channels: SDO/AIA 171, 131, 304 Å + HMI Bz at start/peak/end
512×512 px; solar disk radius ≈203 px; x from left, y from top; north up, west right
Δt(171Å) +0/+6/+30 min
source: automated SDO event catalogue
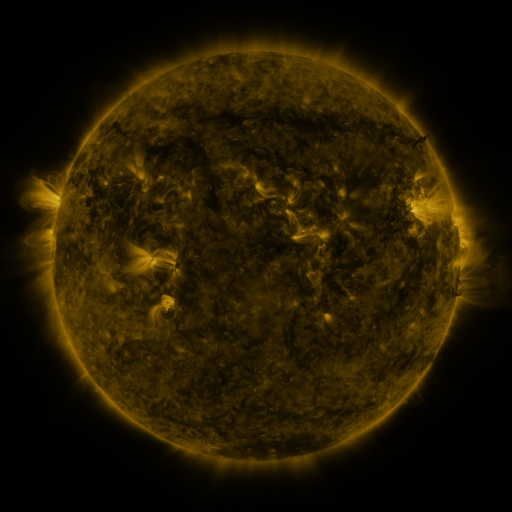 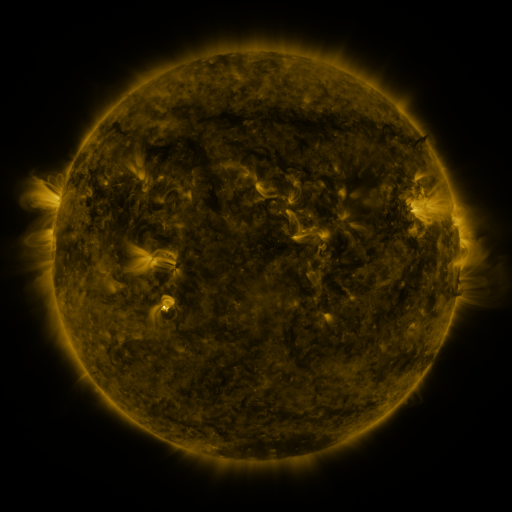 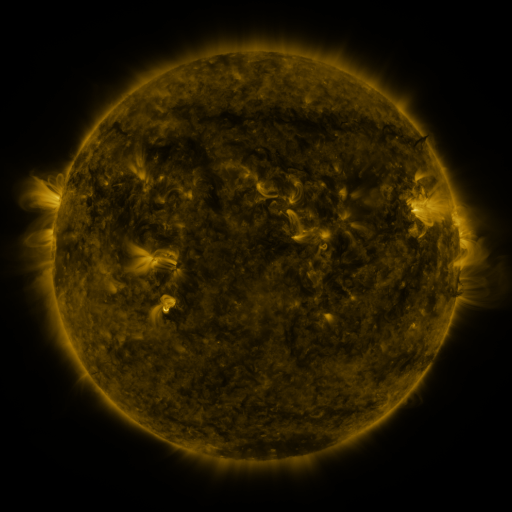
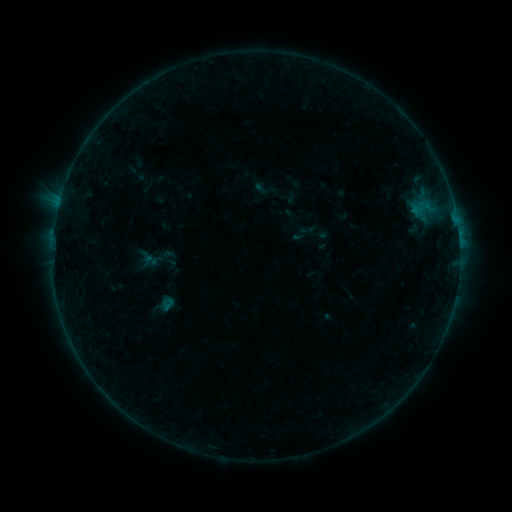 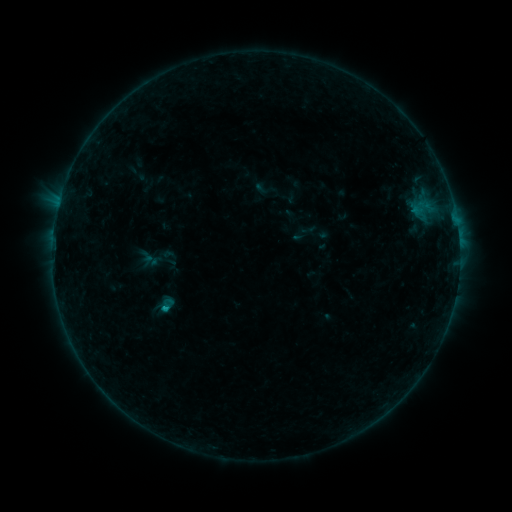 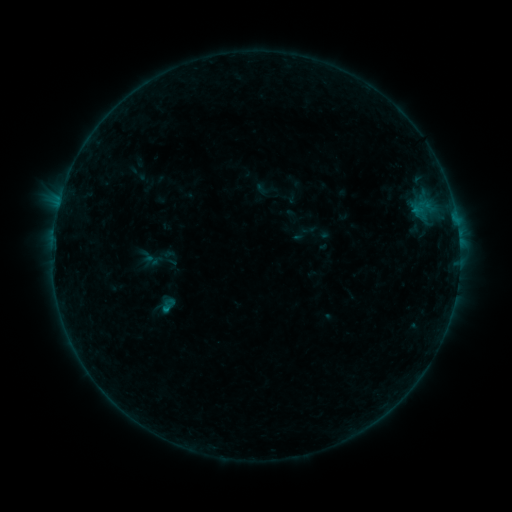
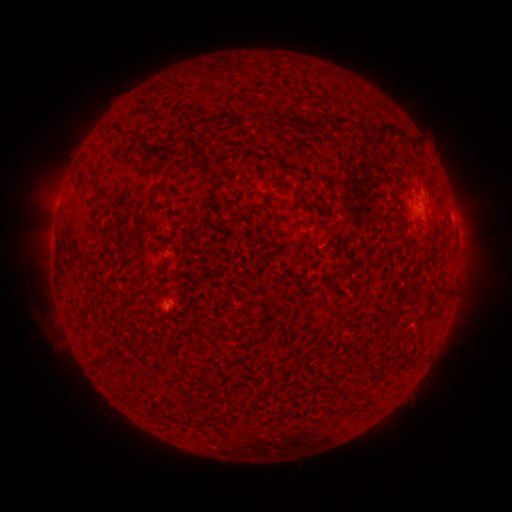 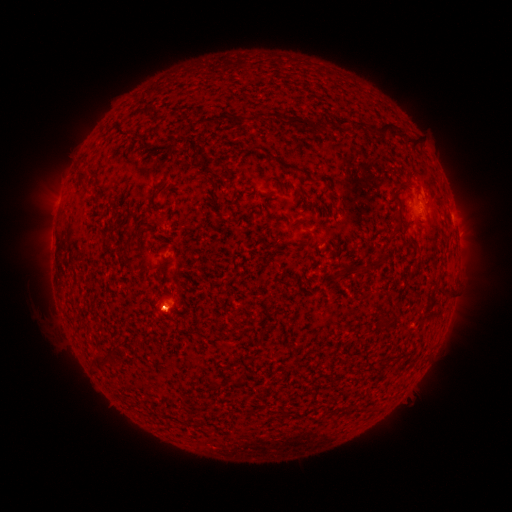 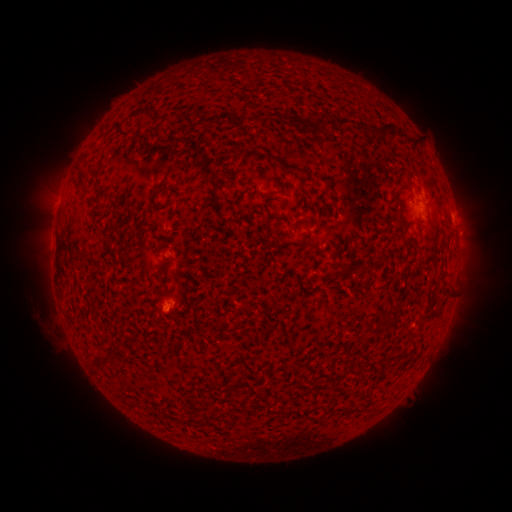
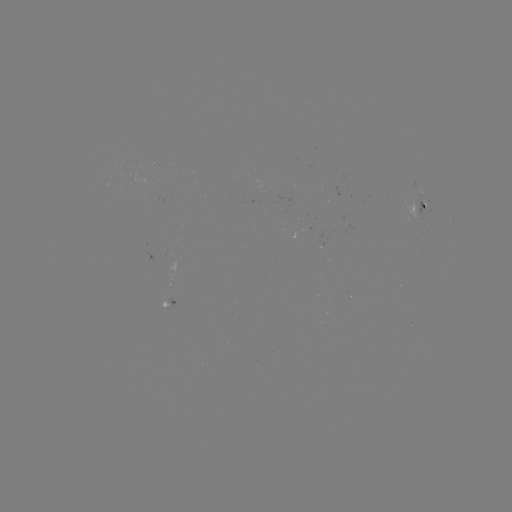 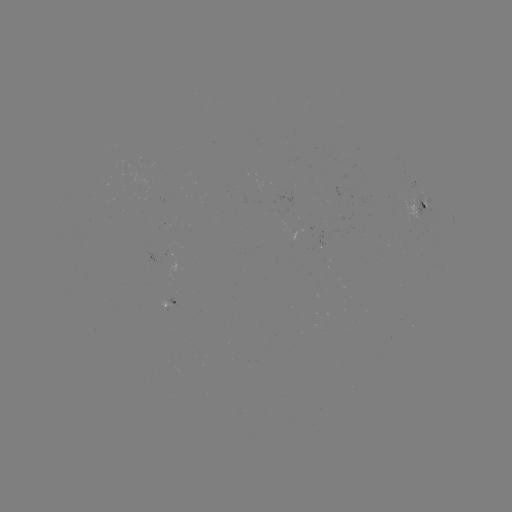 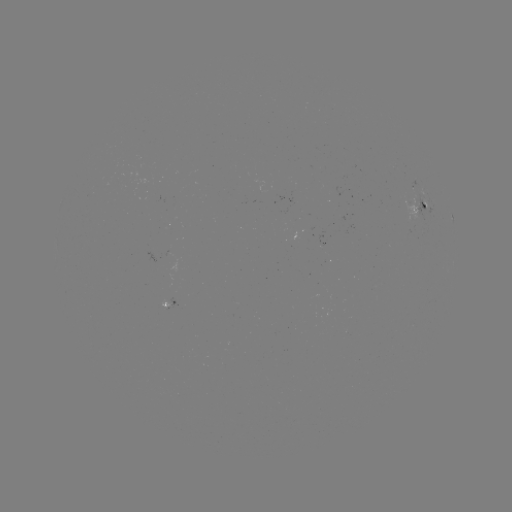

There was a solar flare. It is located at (166, 309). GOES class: B3.3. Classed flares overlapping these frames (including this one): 1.